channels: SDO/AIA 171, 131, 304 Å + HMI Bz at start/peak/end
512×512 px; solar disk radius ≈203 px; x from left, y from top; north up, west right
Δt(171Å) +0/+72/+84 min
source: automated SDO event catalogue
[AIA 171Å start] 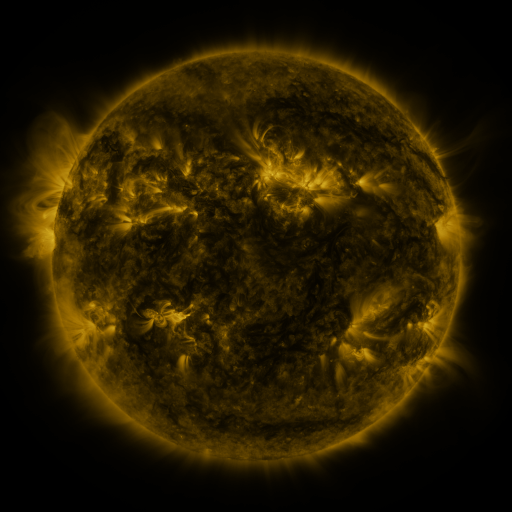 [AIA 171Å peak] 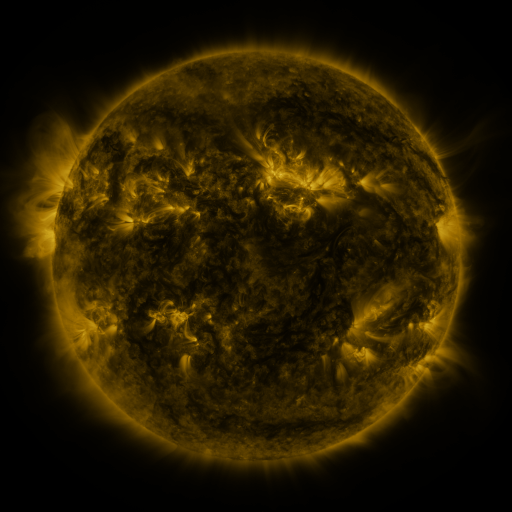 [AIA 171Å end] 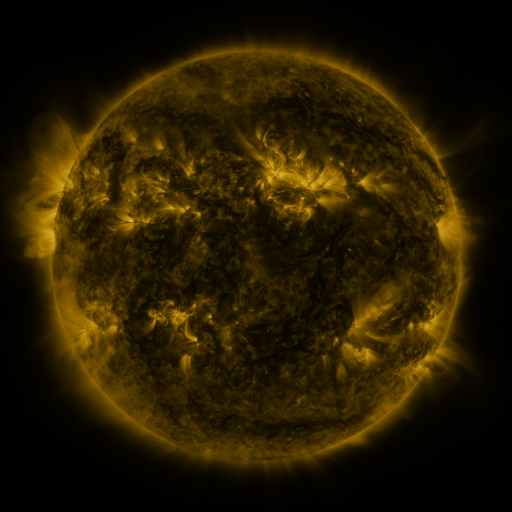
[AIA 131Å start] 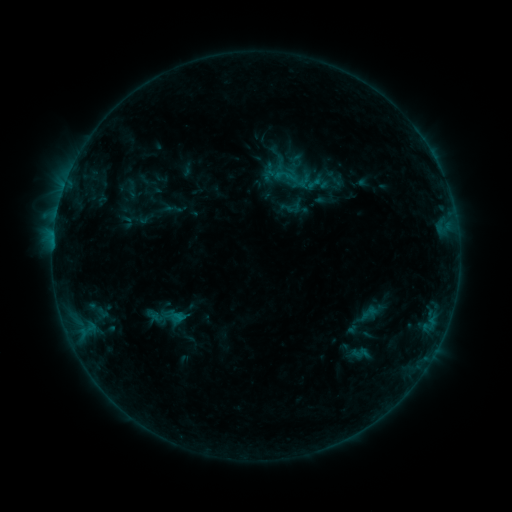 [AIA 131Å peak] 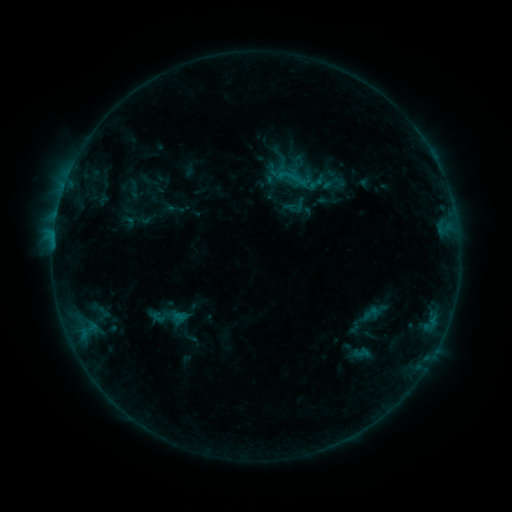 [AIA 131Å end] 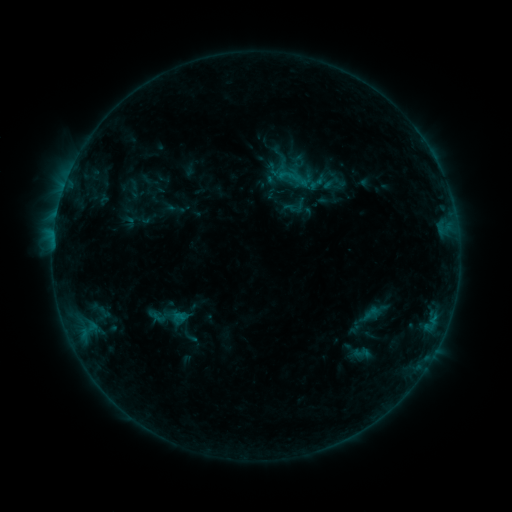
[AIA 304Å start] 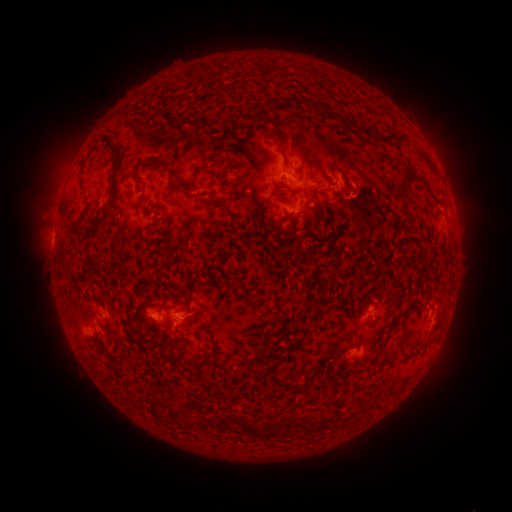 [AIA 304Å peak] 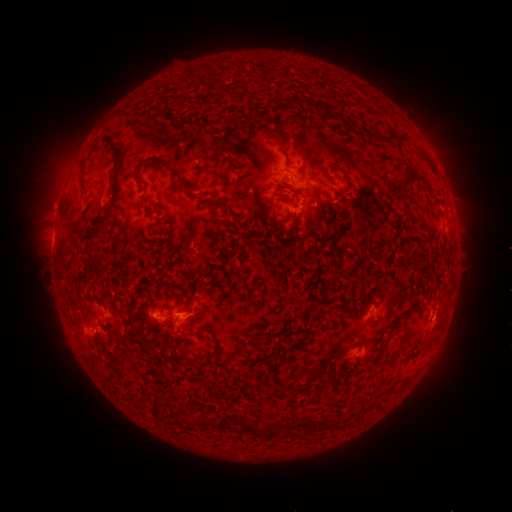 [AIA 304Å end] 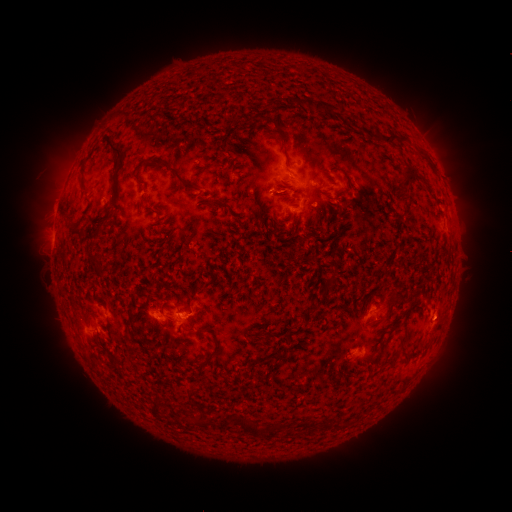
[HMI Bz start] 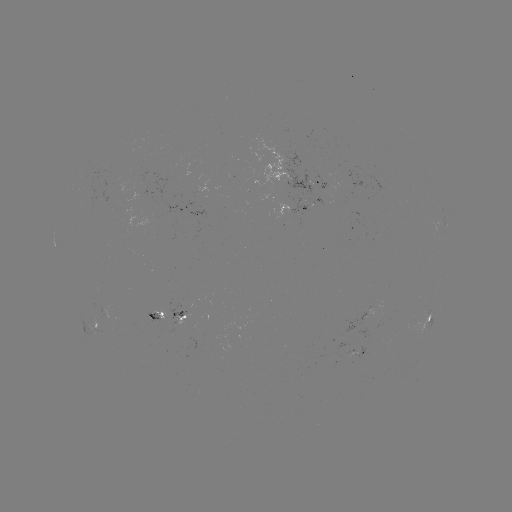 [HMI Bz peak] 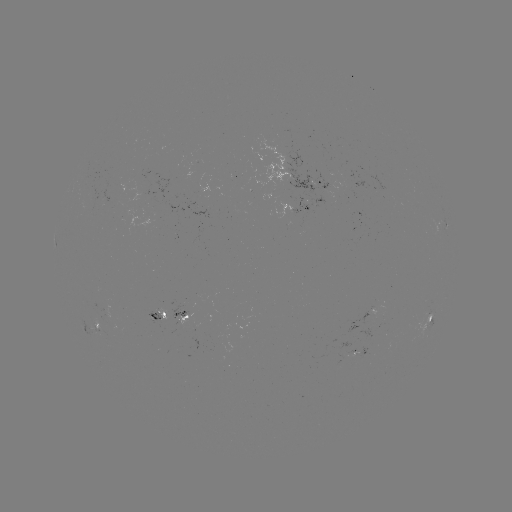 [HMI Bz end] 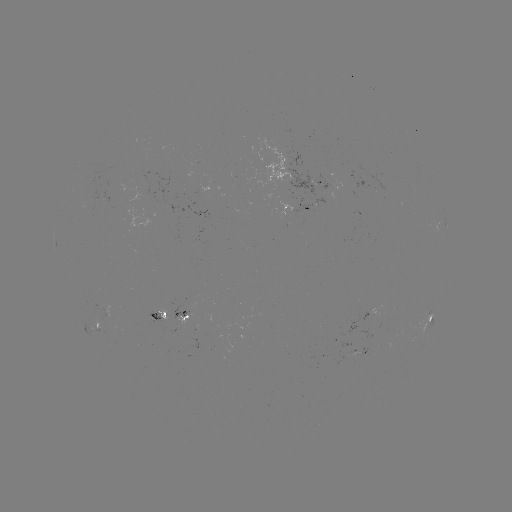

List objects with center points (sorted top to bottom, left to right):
emerging-flux region: (157, 314)
